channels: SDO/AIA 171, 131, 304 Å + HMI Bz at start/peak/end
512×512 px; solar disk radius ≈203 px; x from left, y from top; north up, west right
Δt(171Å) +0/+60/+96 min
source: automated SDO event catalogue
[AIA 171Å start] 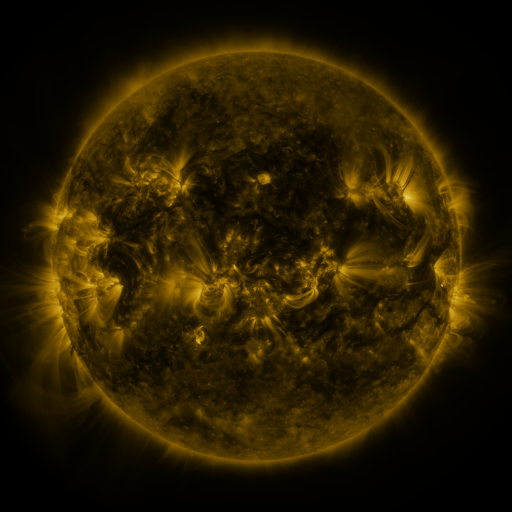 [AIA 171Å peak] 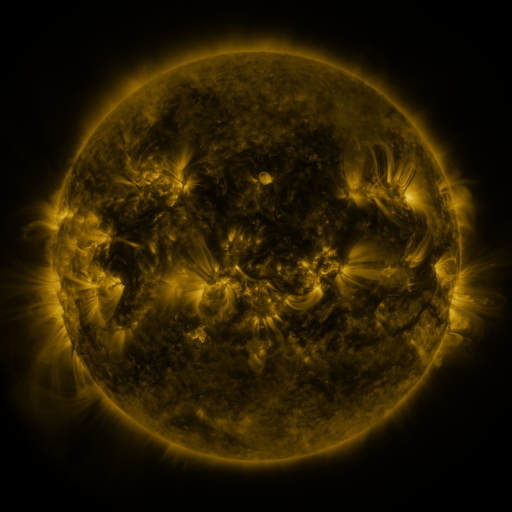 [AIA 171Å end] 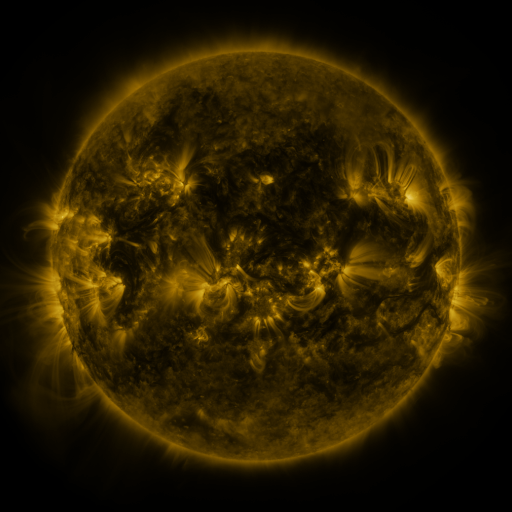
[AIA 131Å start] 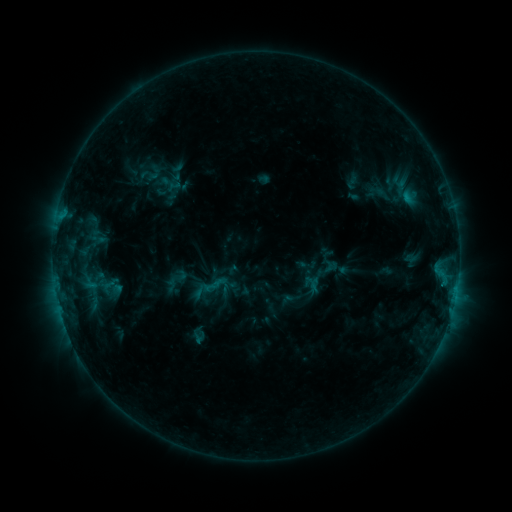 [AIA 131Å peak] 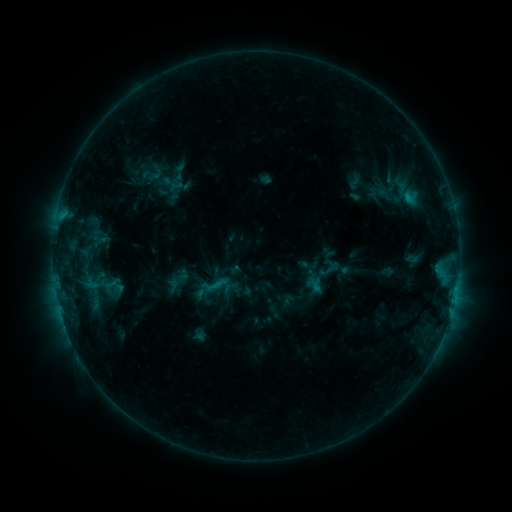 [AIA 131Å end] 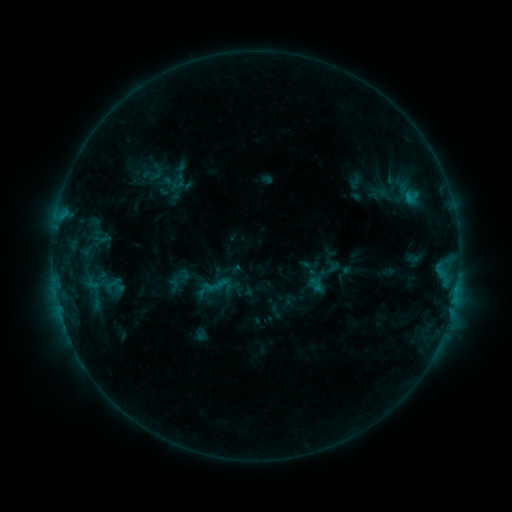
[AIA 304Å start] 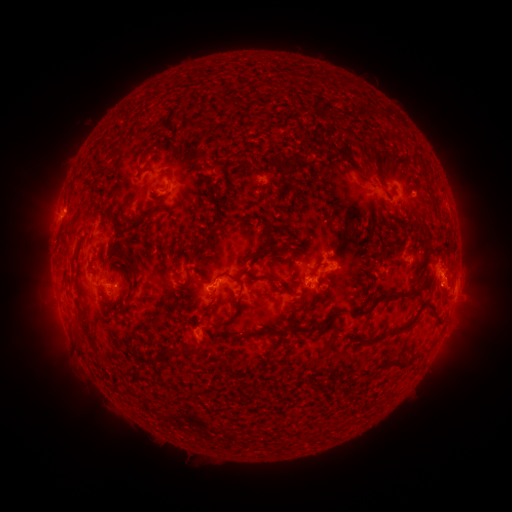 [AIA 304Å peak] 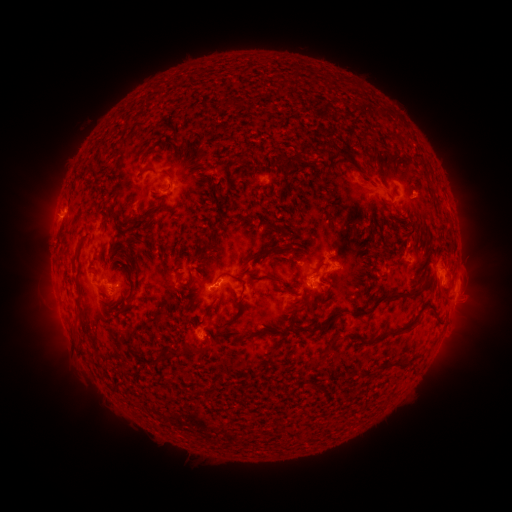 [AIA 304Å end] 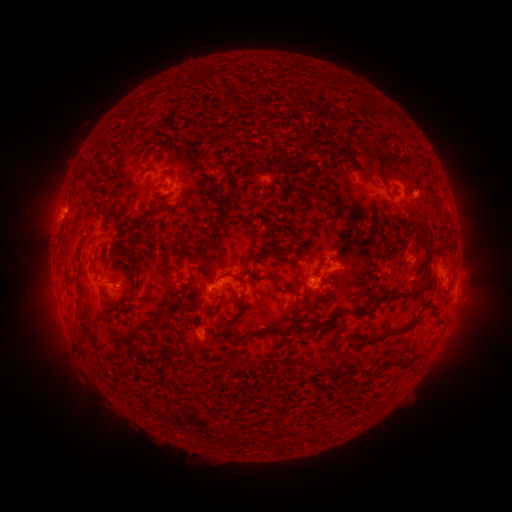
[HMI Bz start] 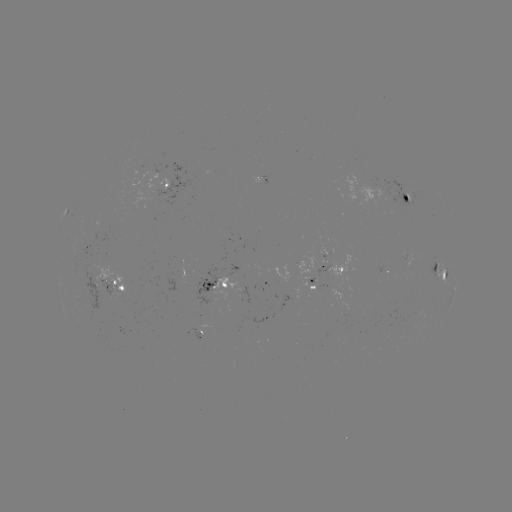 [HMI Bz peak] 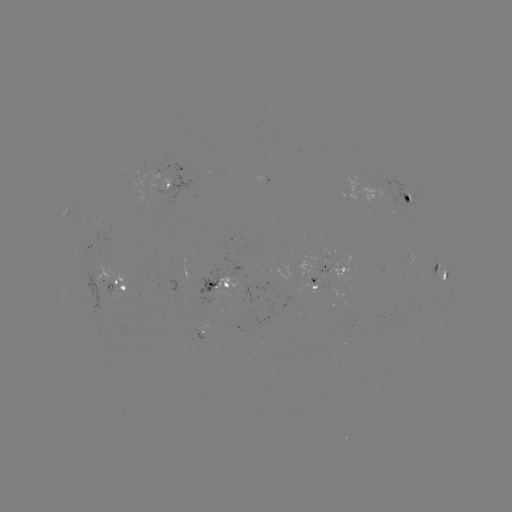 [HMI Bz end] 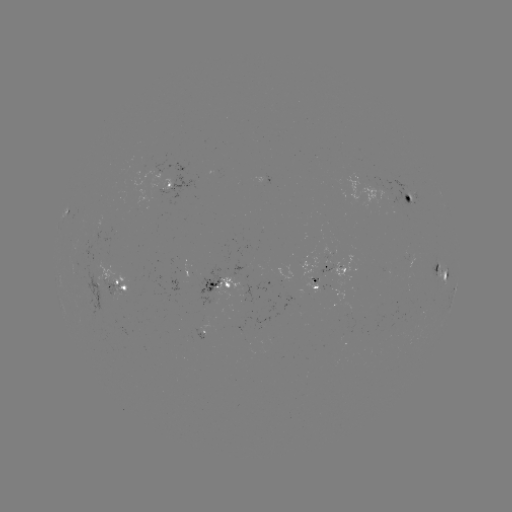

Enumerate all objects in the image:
emerging-flux region: (240, 300)
